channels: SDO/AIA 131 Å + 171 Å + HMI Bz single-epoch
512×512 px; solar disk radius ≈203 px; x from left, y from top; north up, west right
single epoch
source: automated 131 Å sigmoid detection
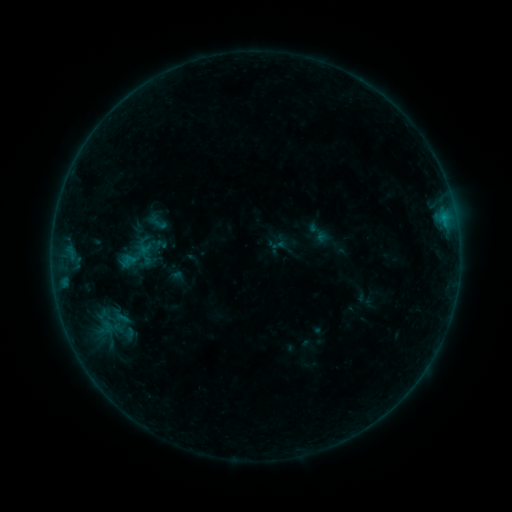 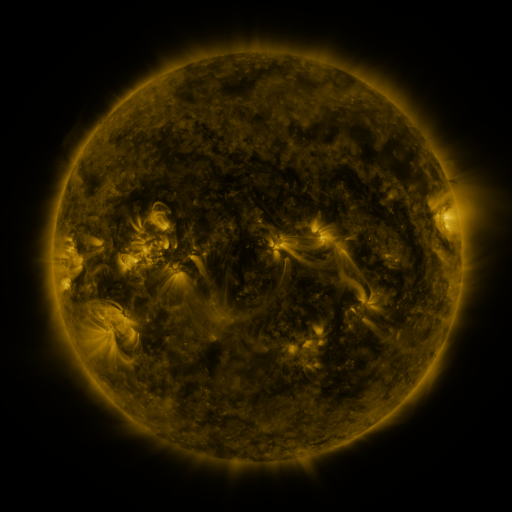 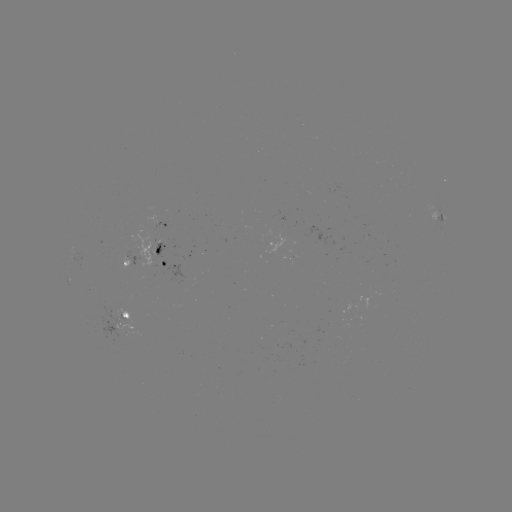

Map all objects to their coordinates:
sigmoid: [122, 254, 139, 273]
